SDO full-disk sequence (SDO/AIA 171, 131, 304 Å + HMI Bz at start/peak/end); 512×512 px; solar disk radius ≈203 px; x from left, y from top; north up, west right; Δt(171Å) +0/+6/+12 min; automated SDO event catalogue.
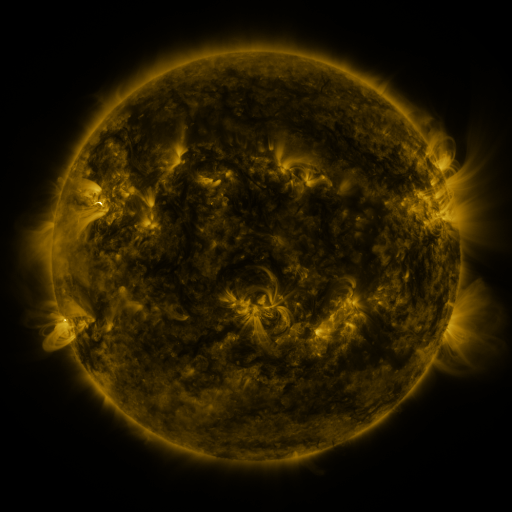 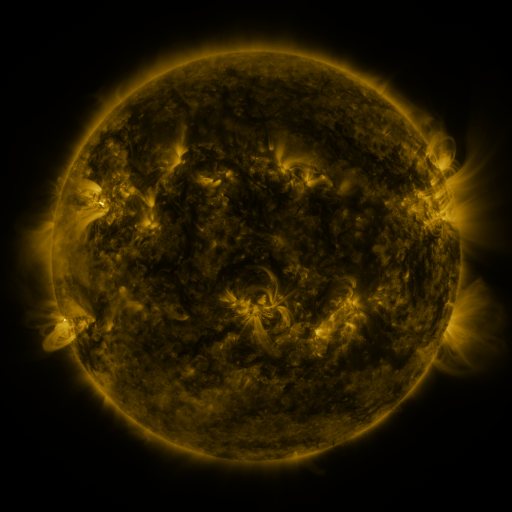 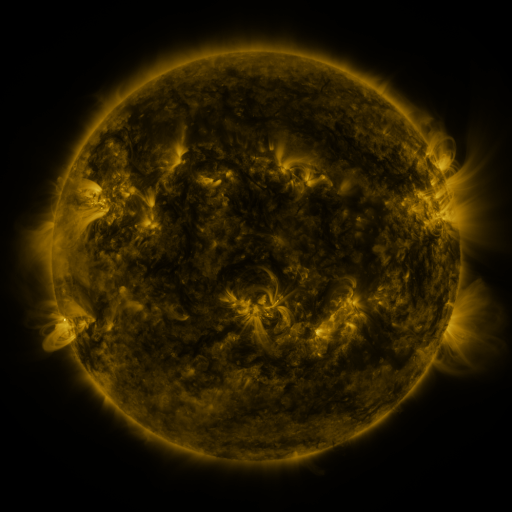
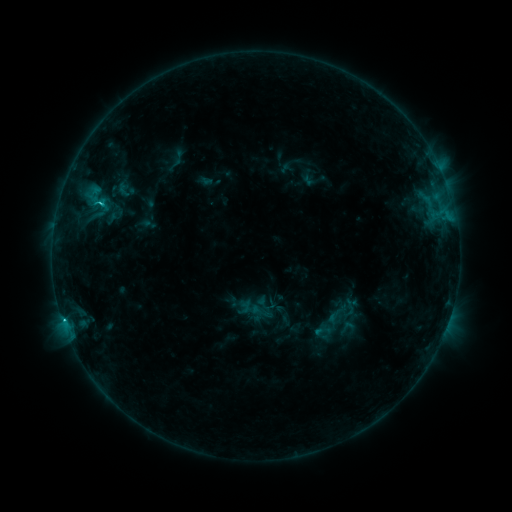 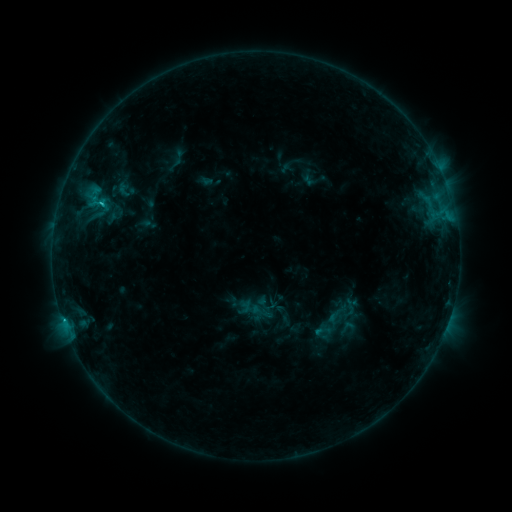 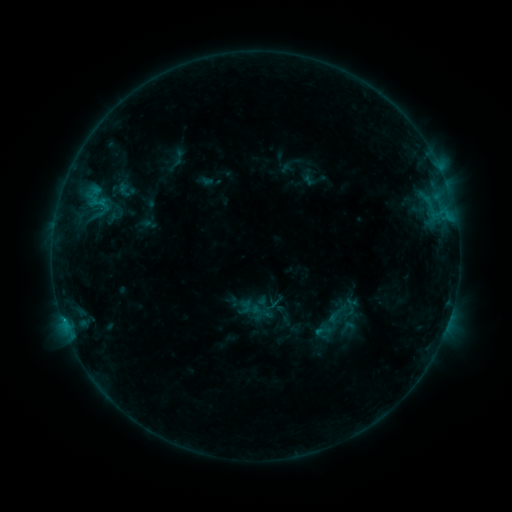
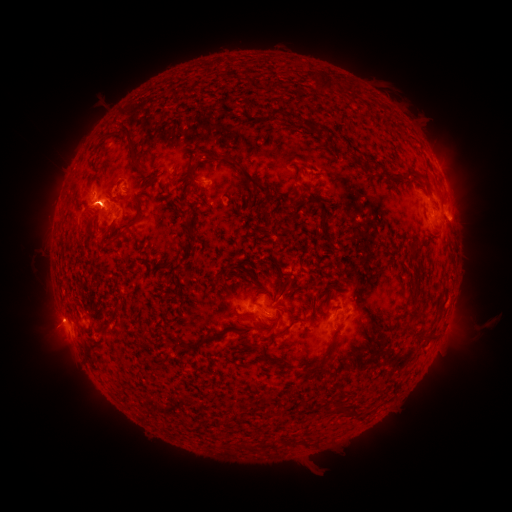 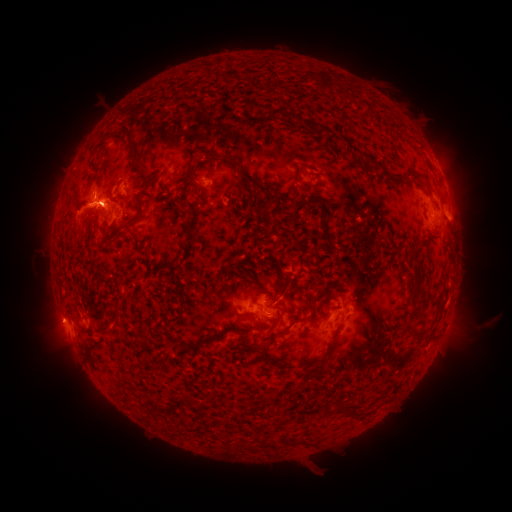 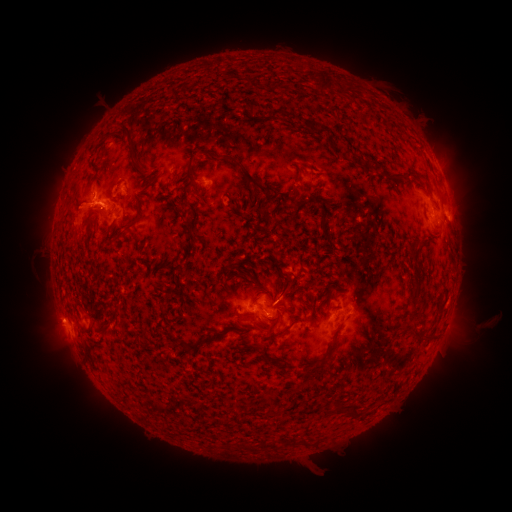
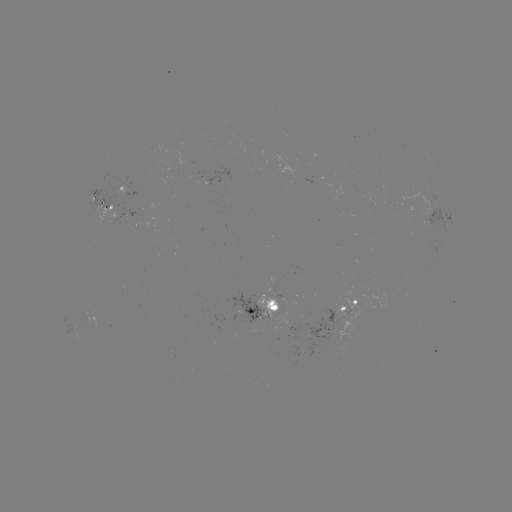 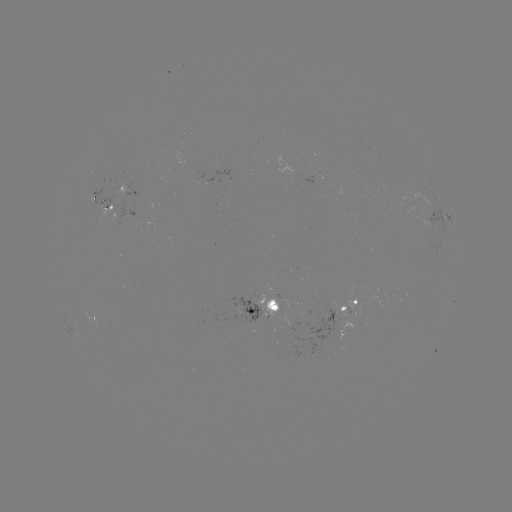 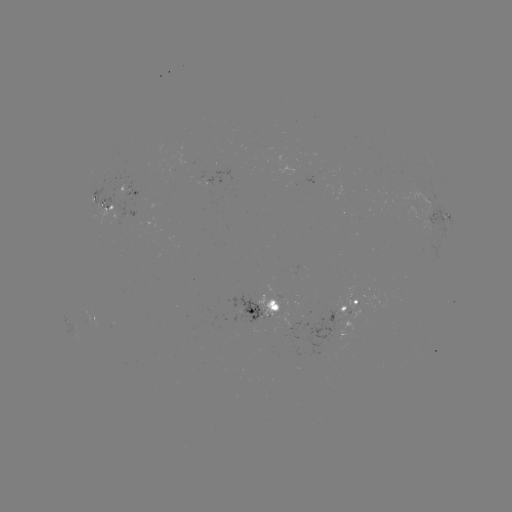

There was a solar eruption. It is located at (32, 210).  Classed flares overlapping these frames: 1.